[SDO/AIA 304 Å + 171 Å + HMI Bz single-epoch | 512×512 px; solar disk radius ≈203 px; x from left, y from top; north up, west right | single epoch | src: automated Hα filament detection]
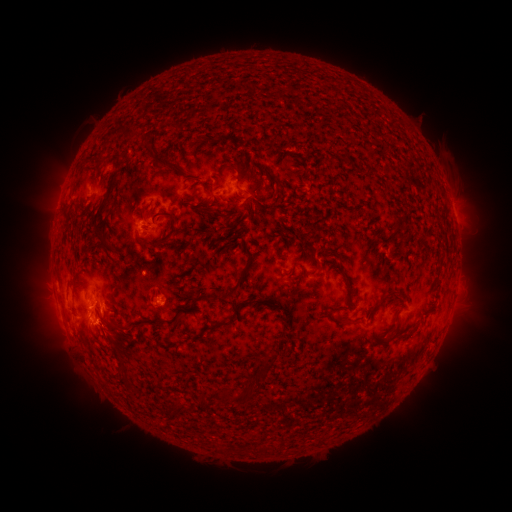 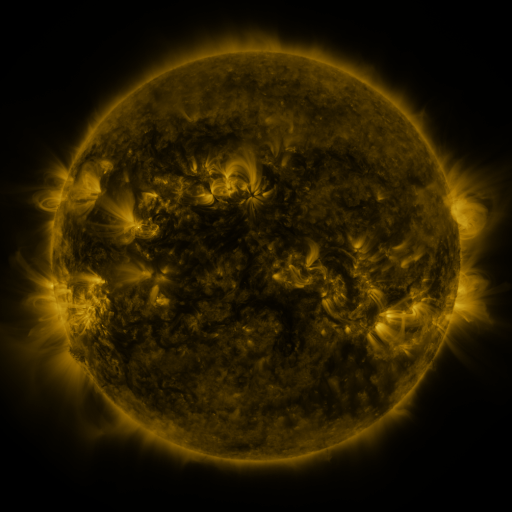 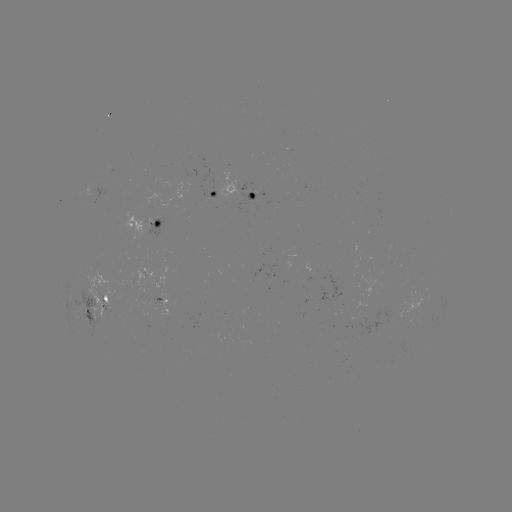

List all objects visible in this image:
filament: [290, 96, 298, 107]
filament: [116, 128, 138, 144]
filament: [215, 134, 224, 149]
filament: [150, 159, 178, 175]
filament: [224, 162, 237, 169]
filament: [363, 164, 371, 173]
filament: [259, 167, 270, 177]
filament: [88, 185, 114, 257]
filament: [139, 206, 154, 221]
filament: [199, 207, 209, 219]
filament: [158, 210, 176, 224]
filament: [391, 217, 400, 231]
filament: [165, 229, 176, 237]
filament: [135, 236, 170, 252]
filament: [274, 241, 280, 253]
filament: [386, 286, 400, 295]
filament: [199, 297, 270, 340]
filament: [149, 298, 198, 328]
filament: [329, 303, 344, 312]
filament: [71, 307, 79, 320]
filament: [343, 315, 359, 323]
filament: [106, 323, 118, 336]
filament: [132, 323, 143, 331]
filament: [261, 354, 274, 366]
filament: [120, 361, 130, 377]
filament: [243, 367, 270, 385]
filament: [220, 384, 259, 404]
filament: [199, 394, 210, 409]
filament: [179, 404, 195, 413]
filament: [259, 443, 271, 454]
